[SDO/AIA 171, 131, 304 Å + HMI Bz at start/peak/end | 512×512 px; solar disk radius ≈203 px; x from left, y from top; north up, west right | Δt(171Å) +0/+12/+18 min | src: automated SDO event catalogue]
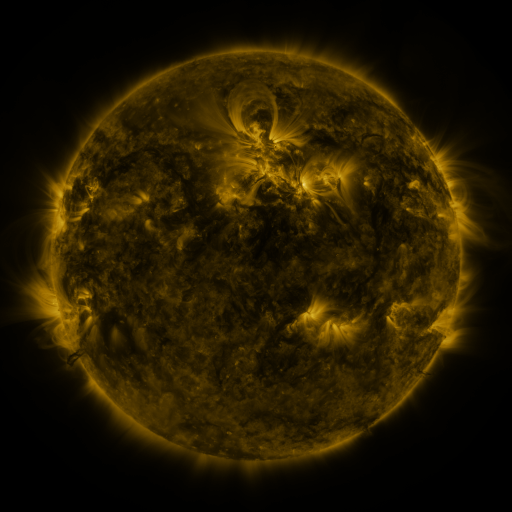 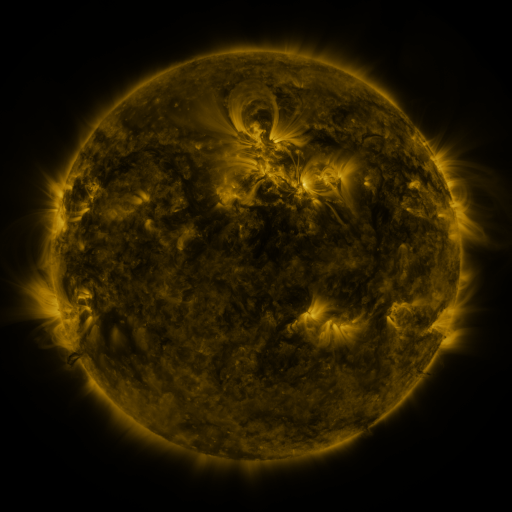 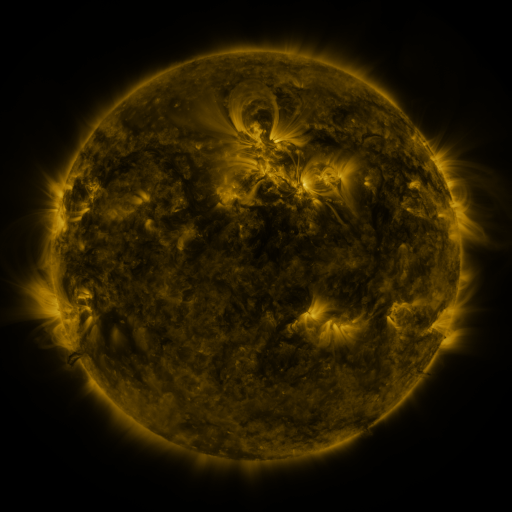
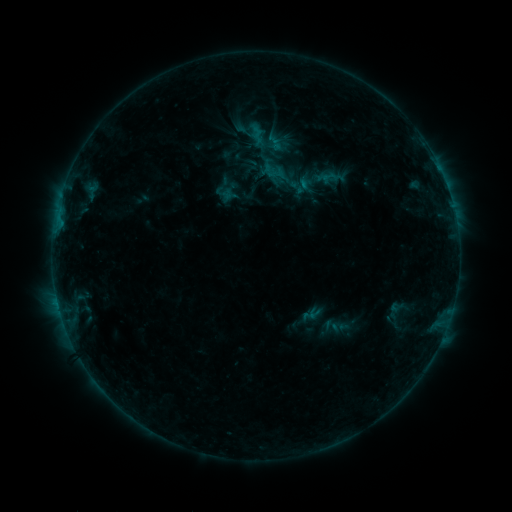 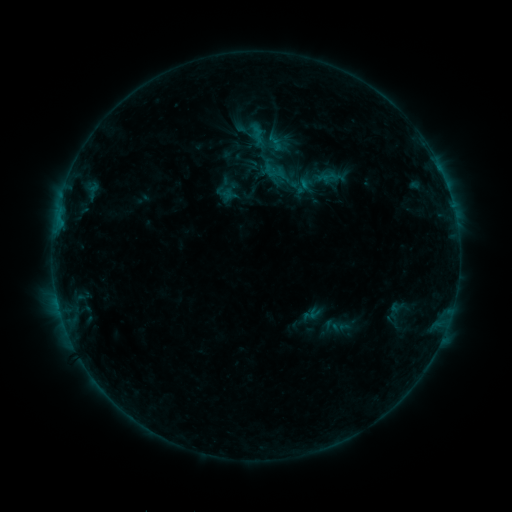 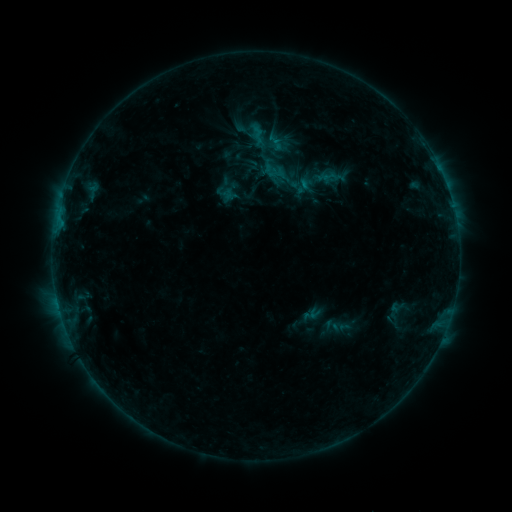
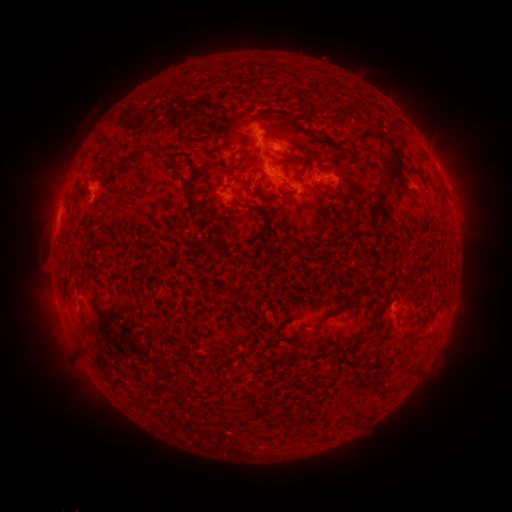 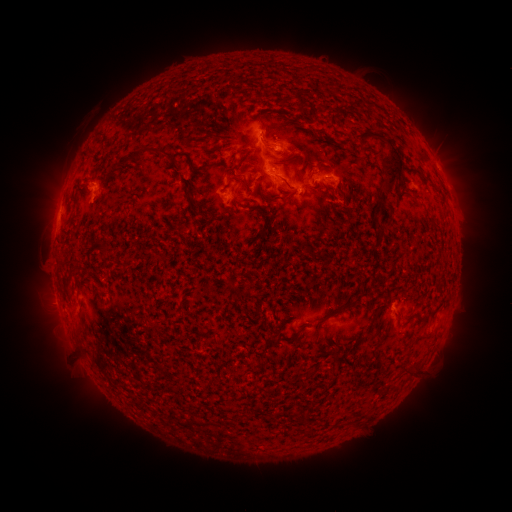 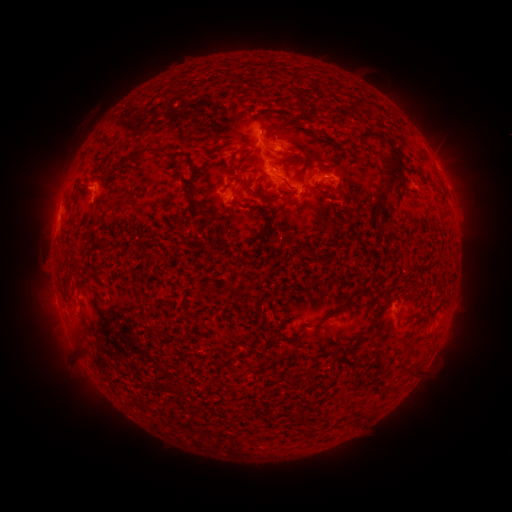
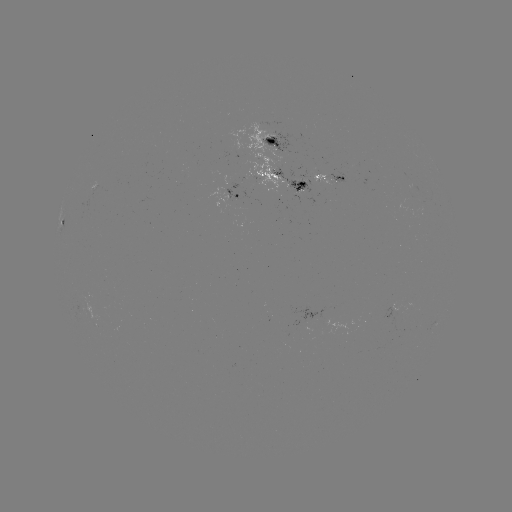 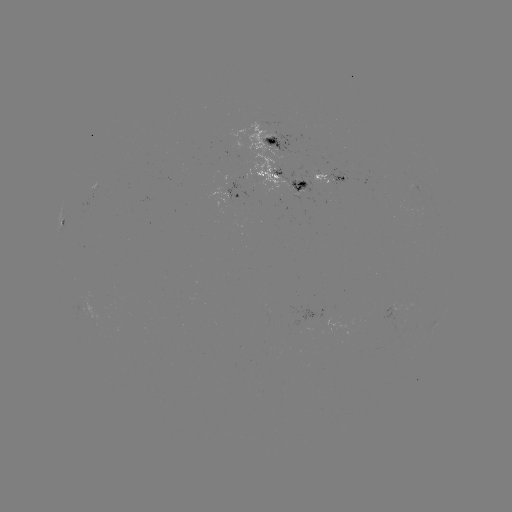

nothing was catalogued: no classed flare, no EUV trigger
